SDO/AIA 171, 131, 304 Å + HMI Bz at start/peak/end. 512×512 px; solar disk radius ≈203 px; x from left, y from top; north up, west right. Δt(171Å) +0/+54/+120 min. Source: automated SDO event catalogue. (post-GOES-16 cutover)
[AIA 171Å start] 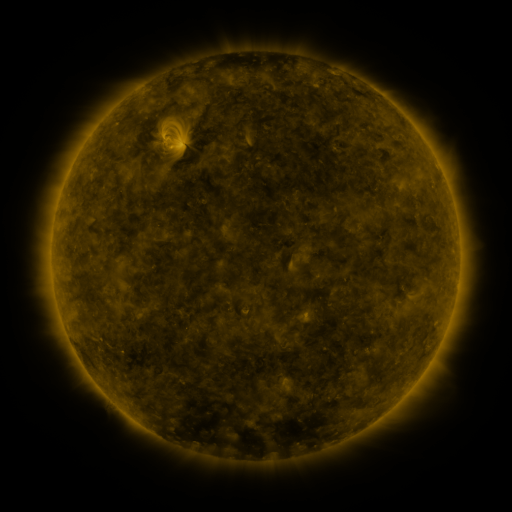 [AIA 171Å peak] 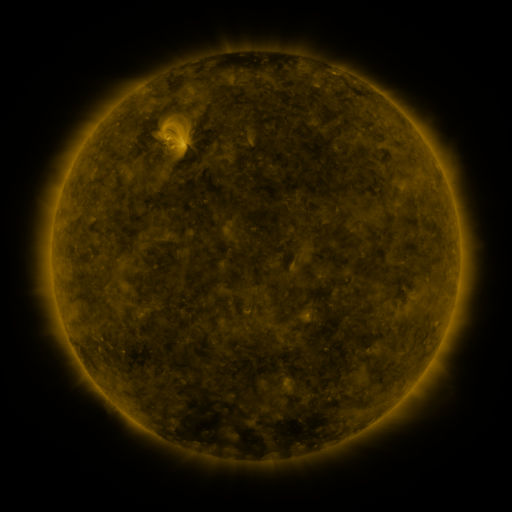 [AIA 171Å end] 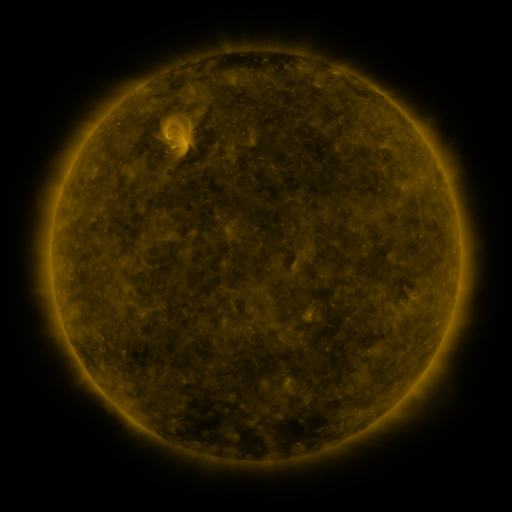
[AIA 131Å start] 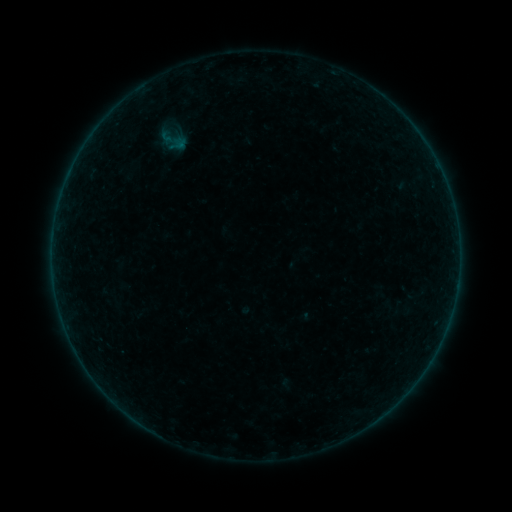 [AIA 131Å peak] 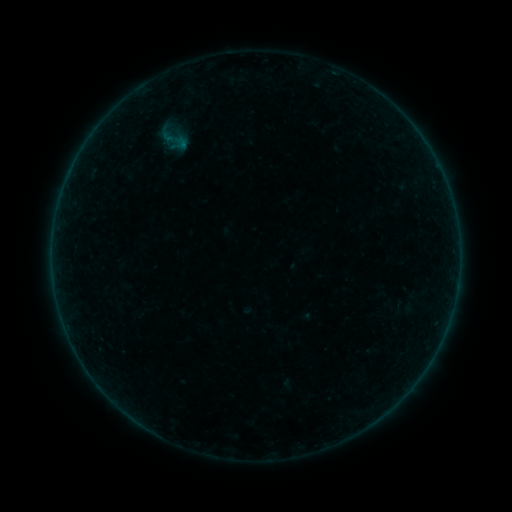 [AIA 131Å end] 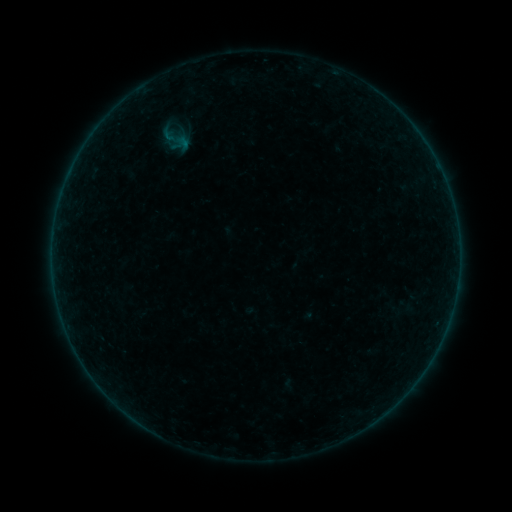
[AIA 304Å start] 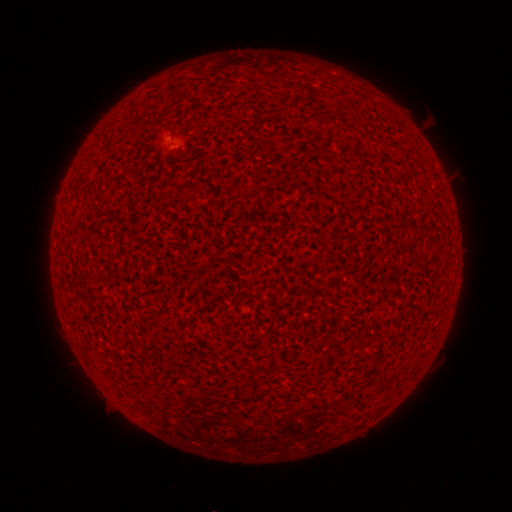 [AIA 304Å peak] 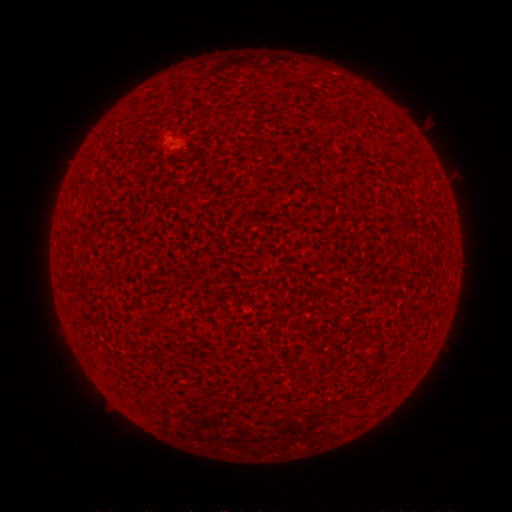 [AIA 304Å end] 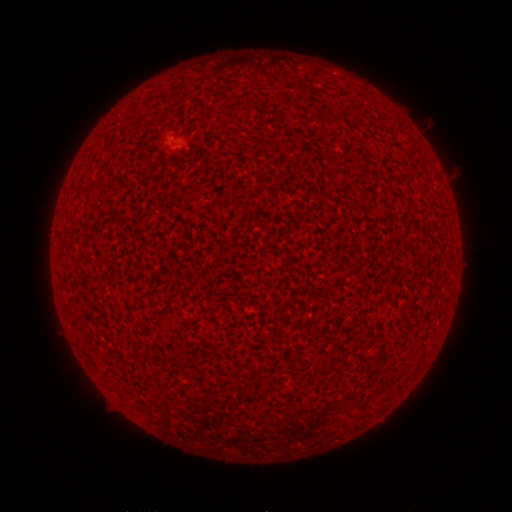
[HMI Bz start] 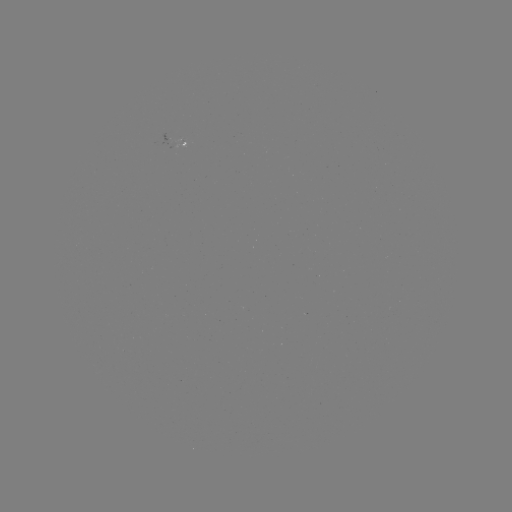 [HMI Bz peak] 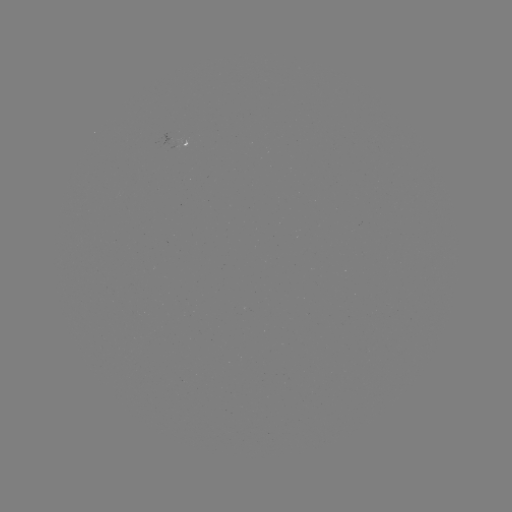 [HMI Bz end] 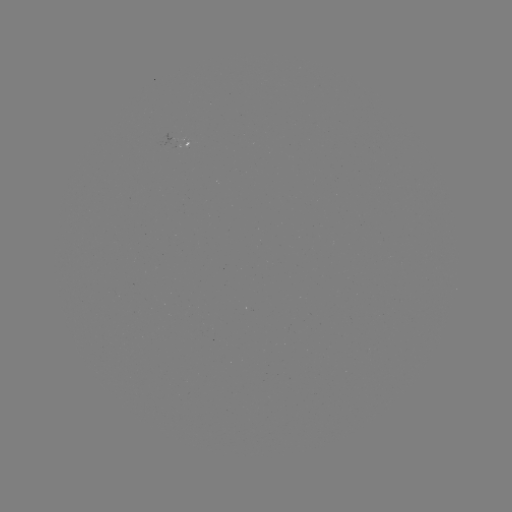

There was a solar flare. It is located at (169, 140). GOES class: A2.0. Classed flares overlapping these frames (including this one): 1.